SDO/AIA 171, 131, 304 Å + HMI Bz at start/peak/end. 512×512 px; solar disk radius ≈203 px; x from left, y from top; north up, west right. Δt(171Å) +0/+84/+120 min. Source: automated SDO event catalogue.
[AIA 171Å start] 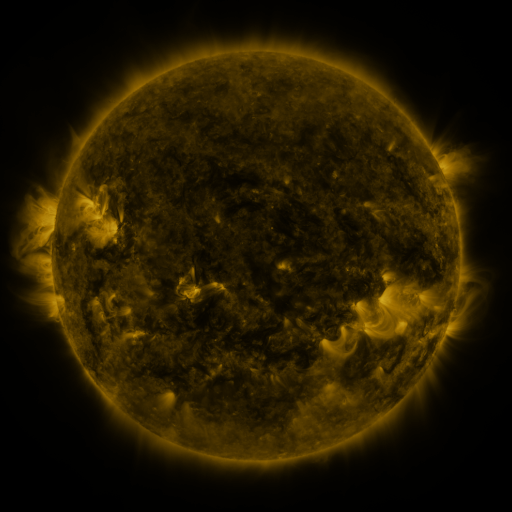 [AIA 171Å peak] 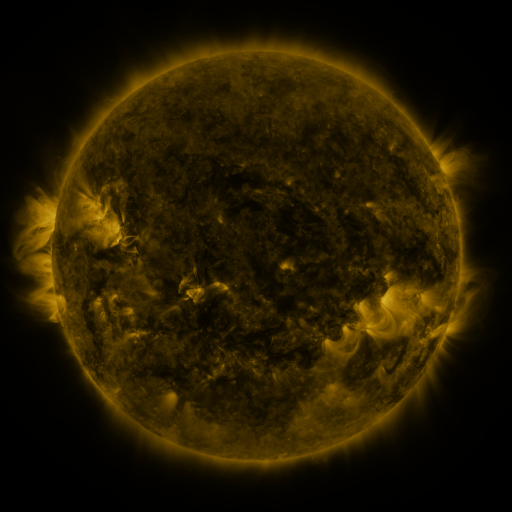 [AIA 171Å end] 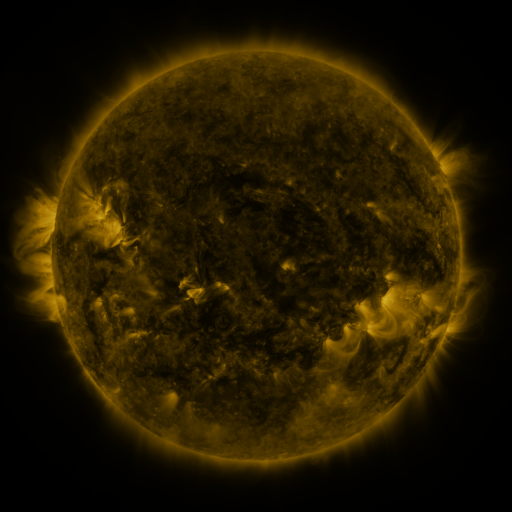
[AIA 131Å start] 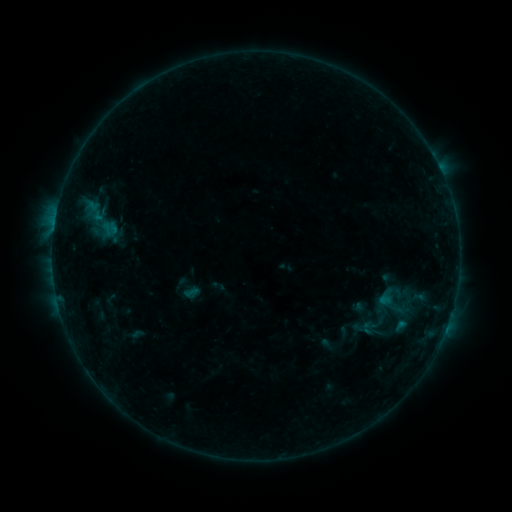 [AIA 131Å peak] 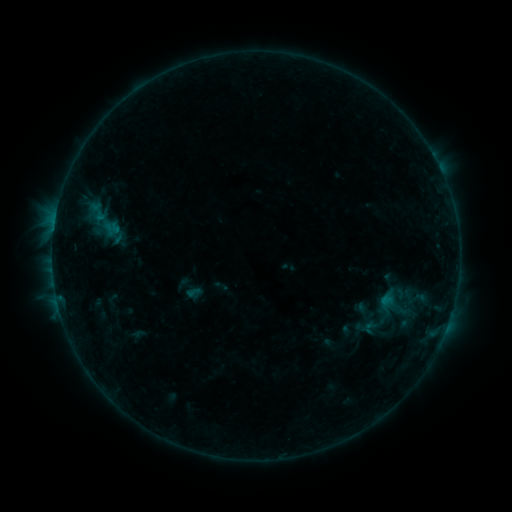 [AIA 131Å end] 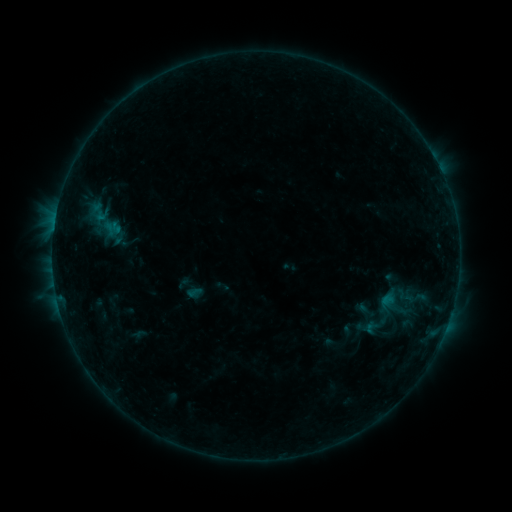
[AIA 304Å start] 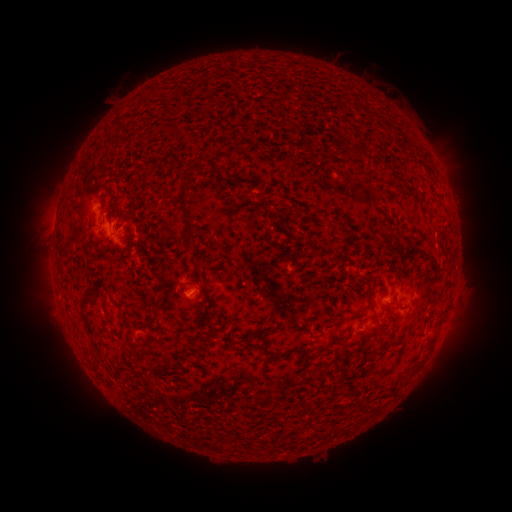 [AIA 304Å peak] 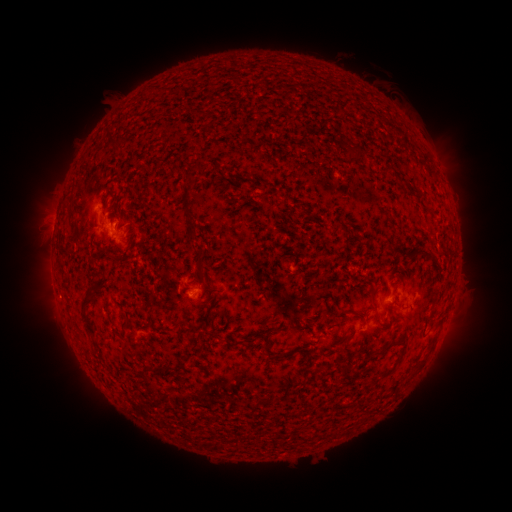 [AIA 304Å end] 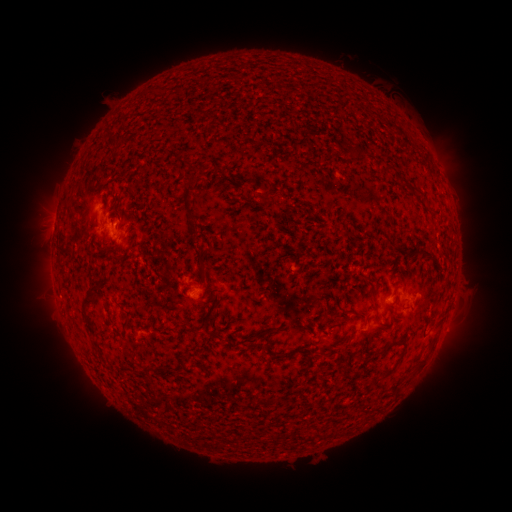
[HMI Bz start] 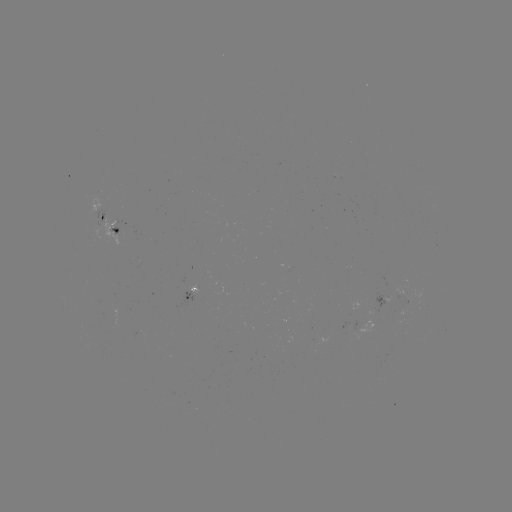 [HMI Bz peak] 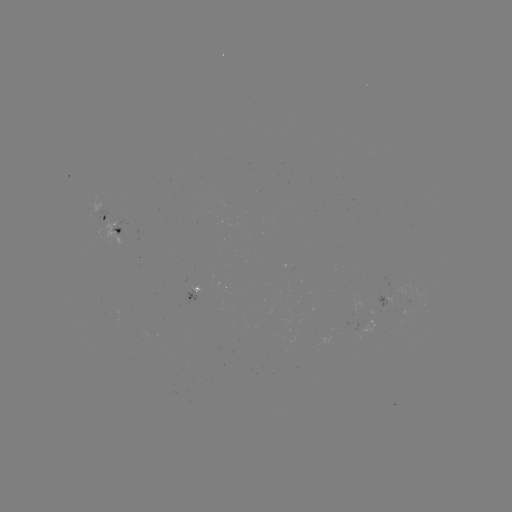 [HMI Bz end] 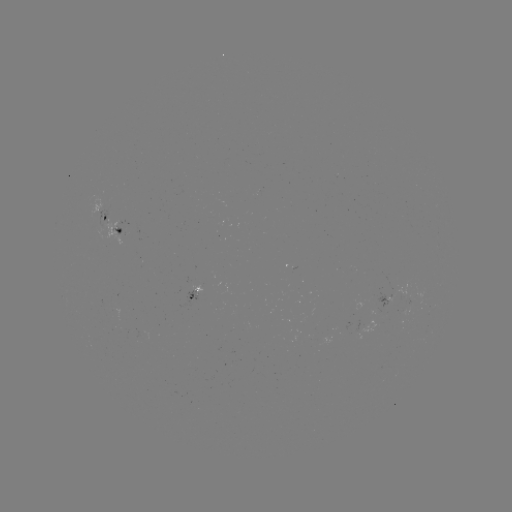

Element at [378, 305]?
emerging-flux region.